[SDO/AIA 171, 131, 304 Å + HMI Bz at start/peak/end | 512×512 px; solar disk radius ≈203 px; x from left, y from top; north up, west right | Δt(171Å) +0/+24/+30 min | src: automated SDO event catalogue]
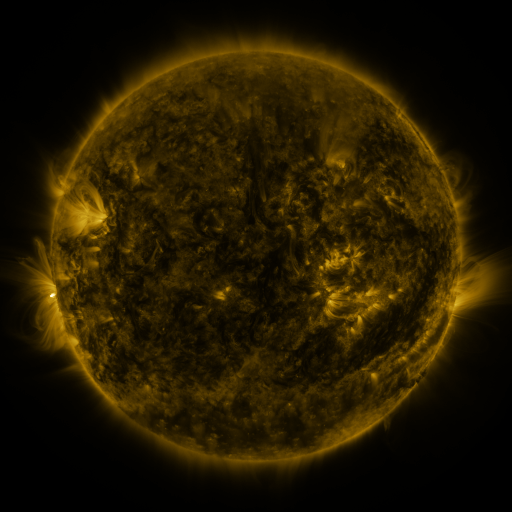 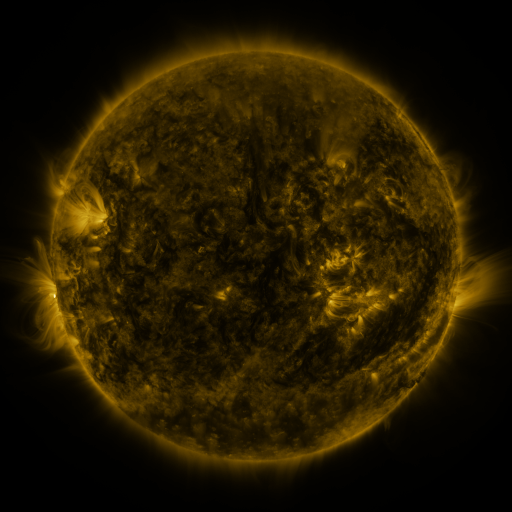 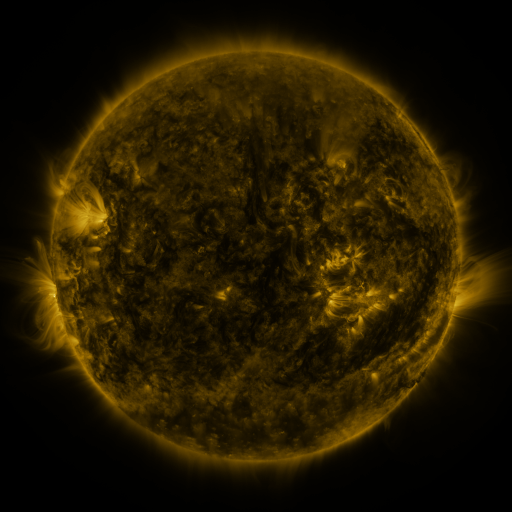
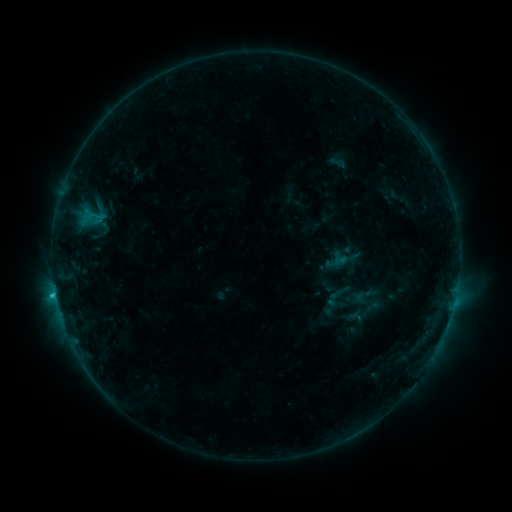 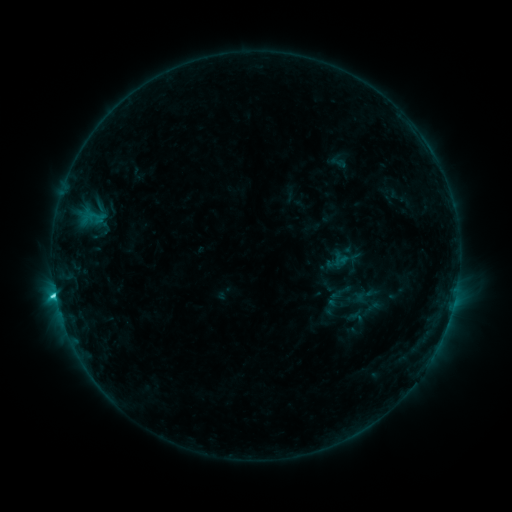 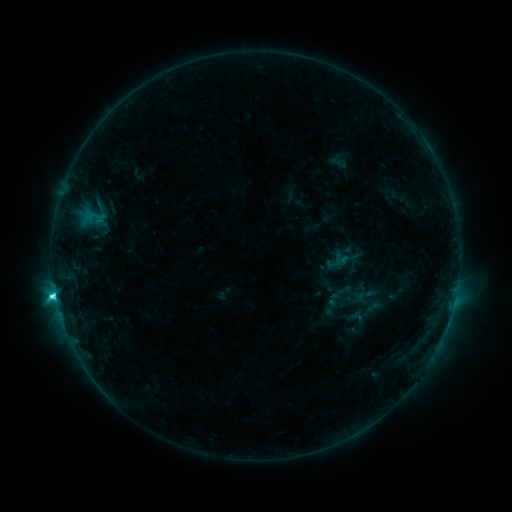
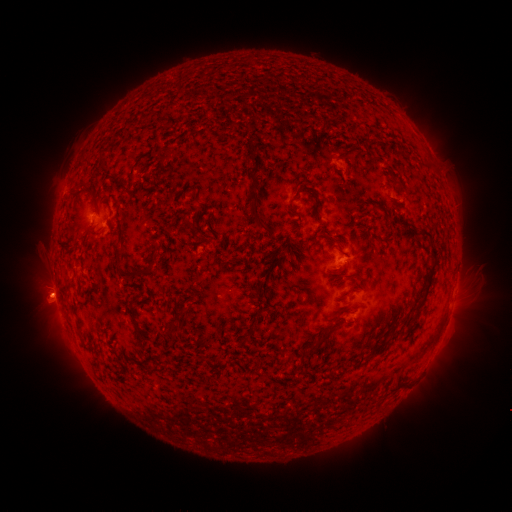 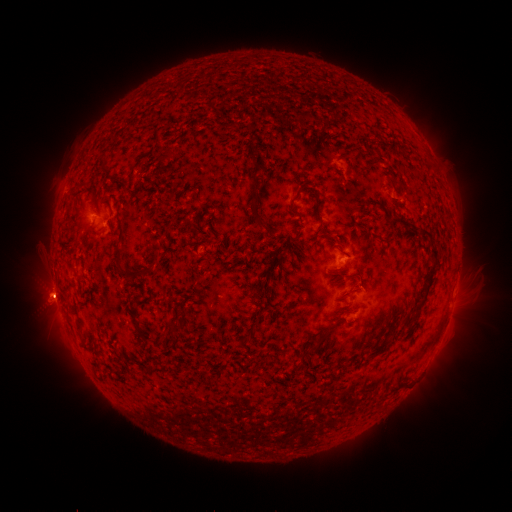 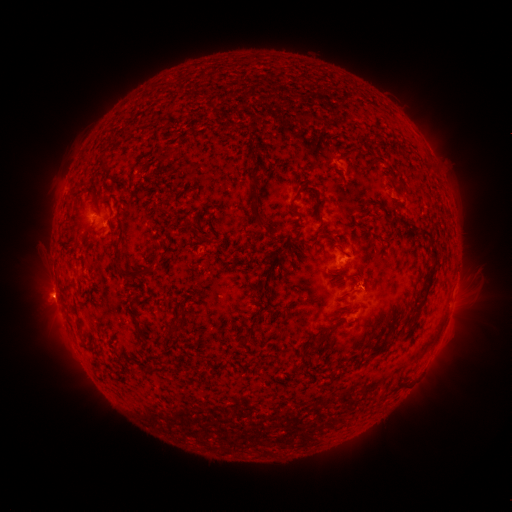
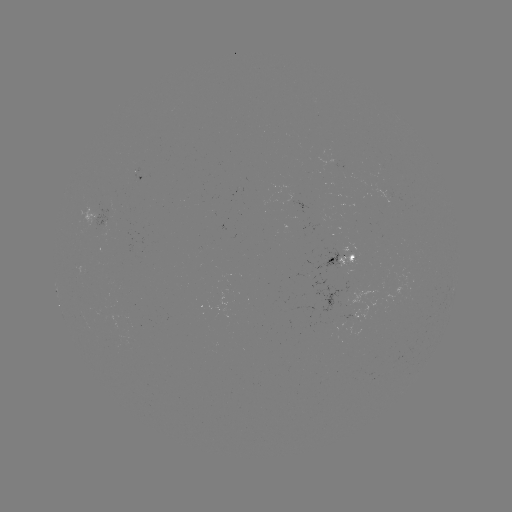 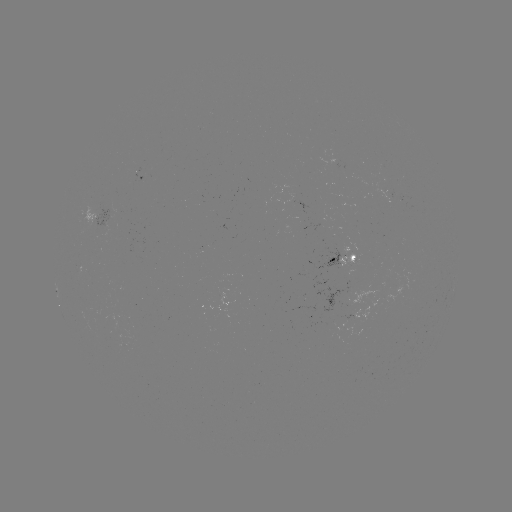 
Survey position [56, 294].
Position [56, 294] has C5.4 flare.